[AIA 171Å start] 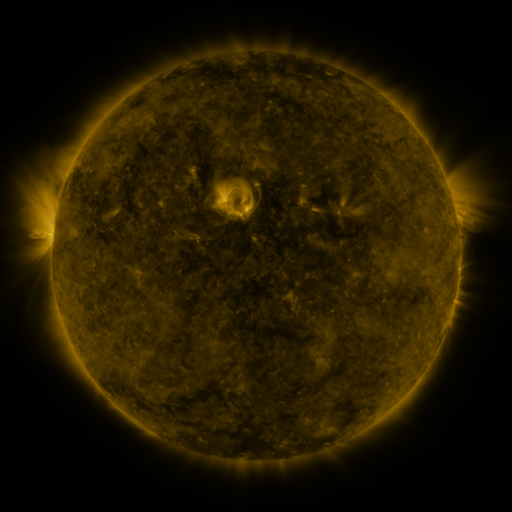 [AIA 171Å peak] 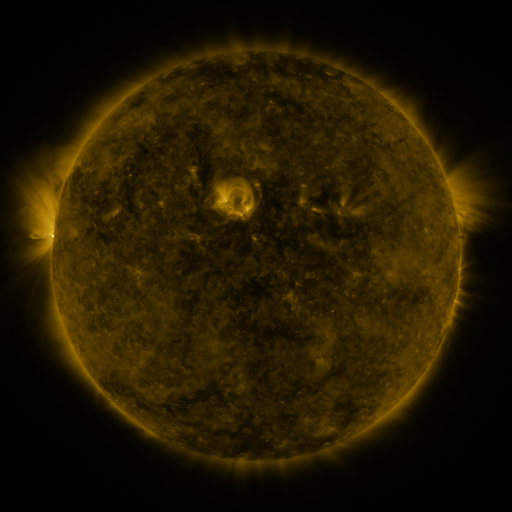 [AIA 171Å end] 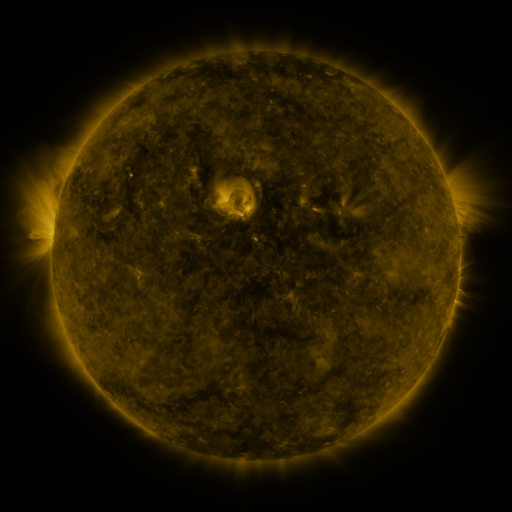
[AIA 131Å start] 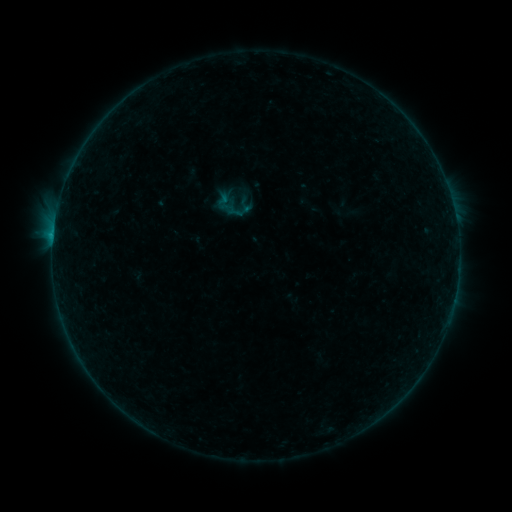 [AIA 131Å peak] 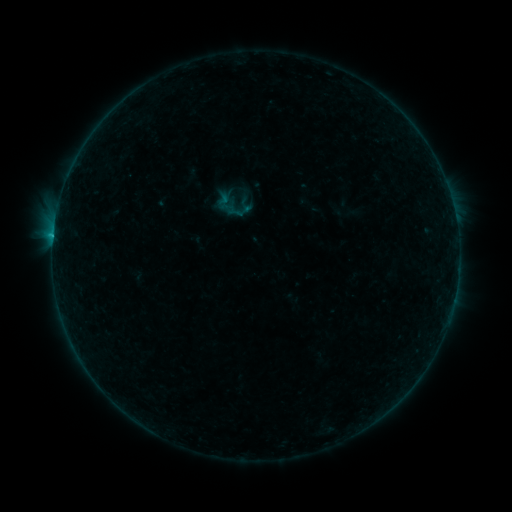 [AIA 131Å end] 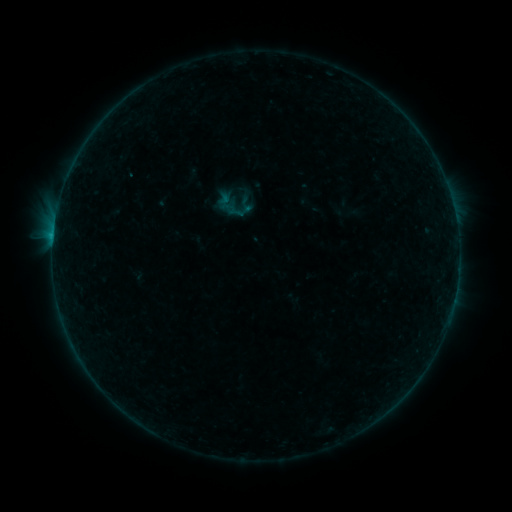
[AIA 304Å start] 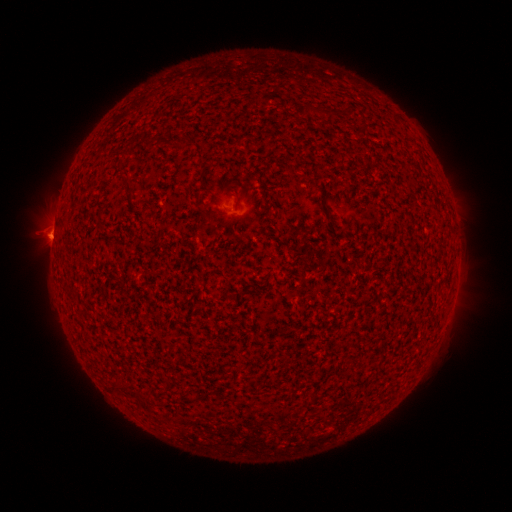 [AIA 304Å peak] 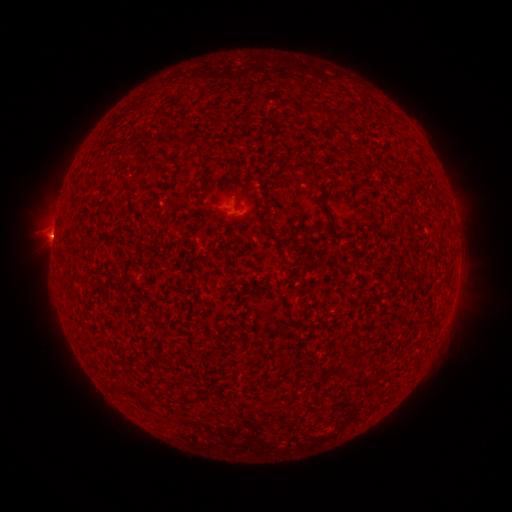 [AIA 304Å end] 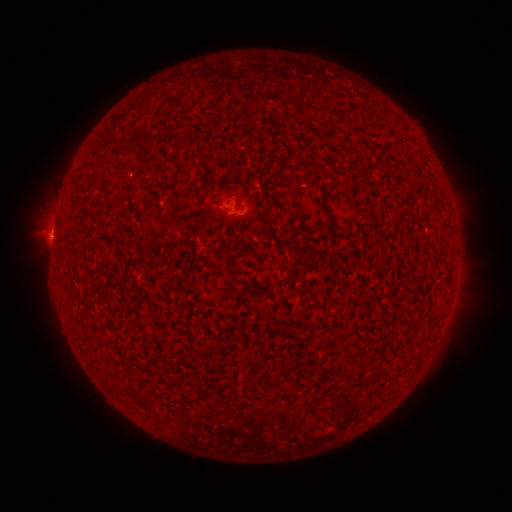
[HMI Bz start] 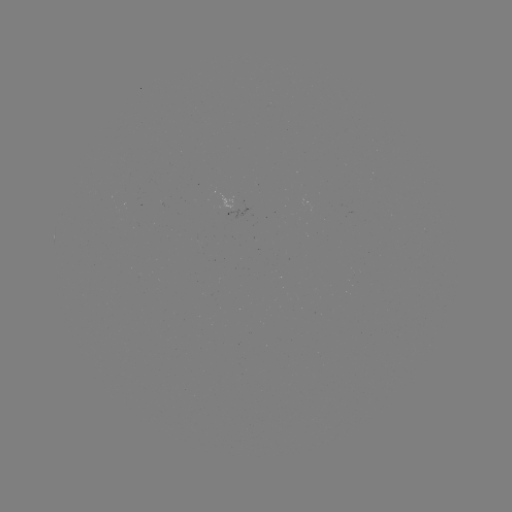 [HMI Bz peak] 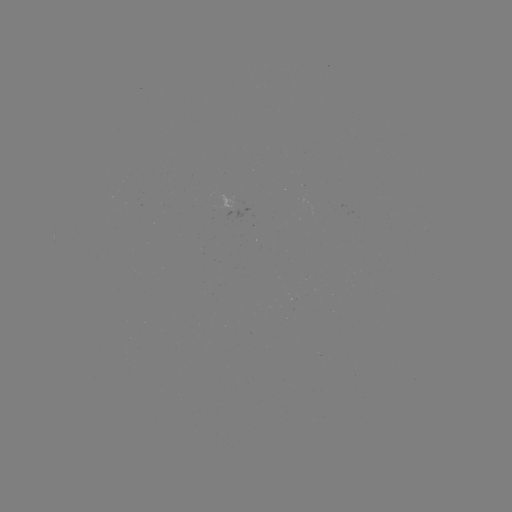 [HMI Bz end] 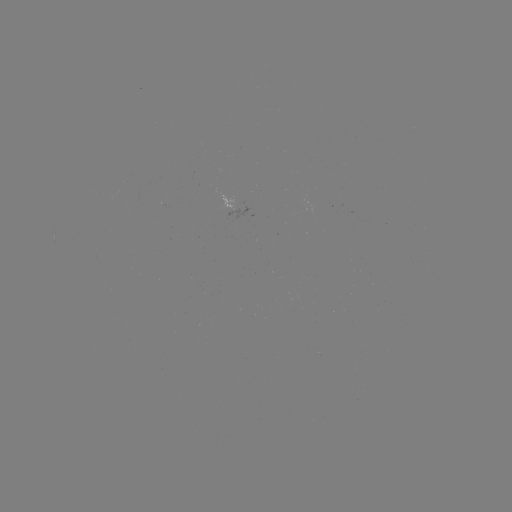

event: flare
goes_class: B3.0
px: (53, 238)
